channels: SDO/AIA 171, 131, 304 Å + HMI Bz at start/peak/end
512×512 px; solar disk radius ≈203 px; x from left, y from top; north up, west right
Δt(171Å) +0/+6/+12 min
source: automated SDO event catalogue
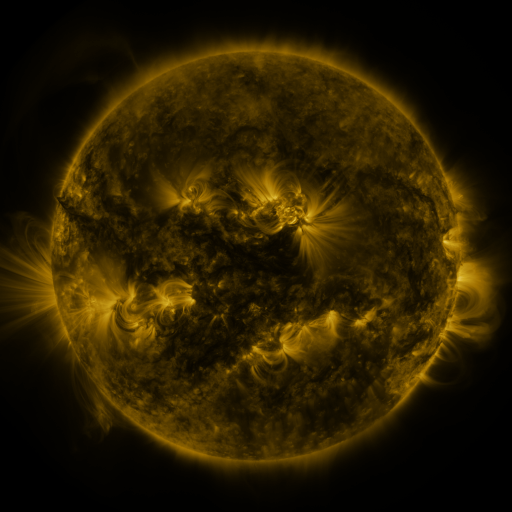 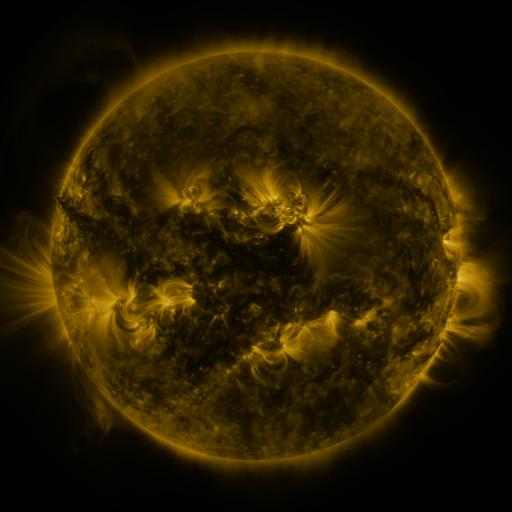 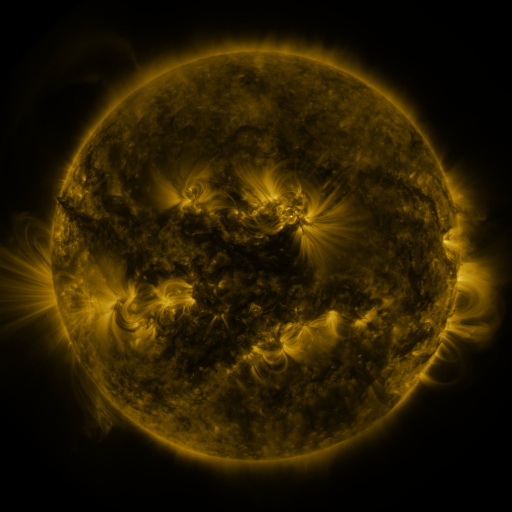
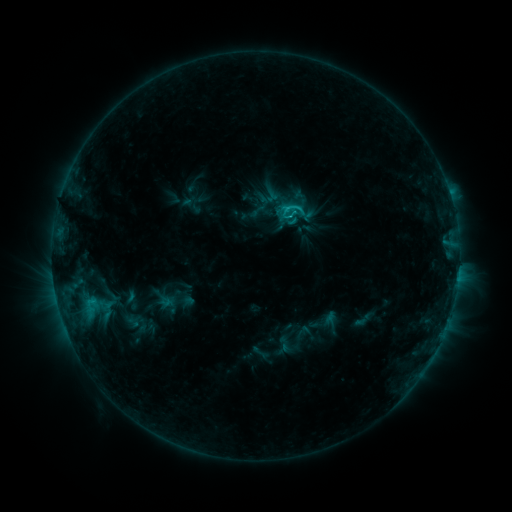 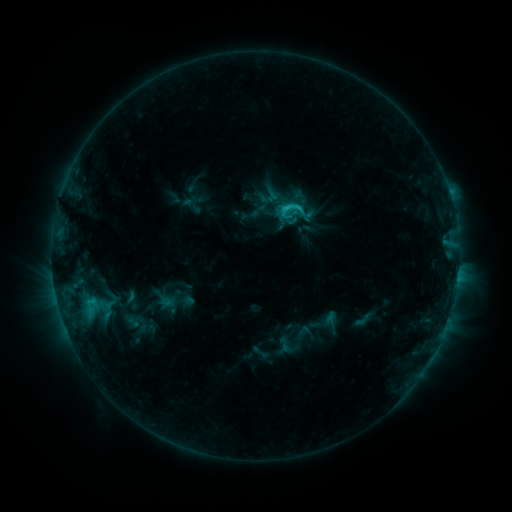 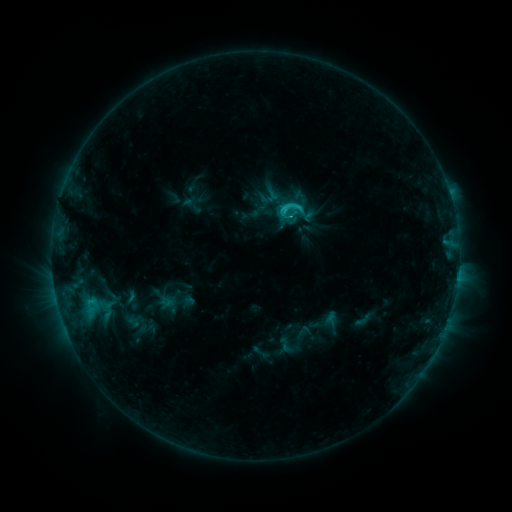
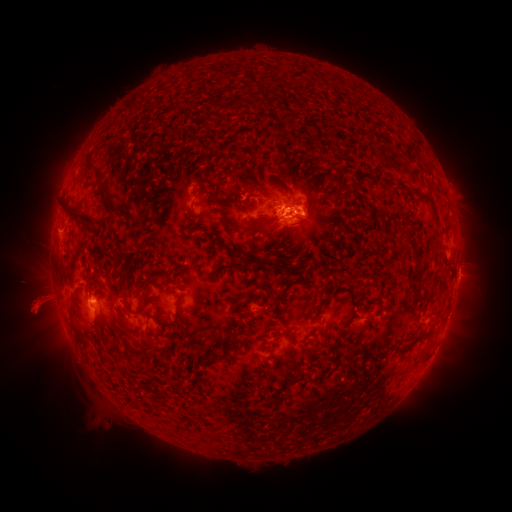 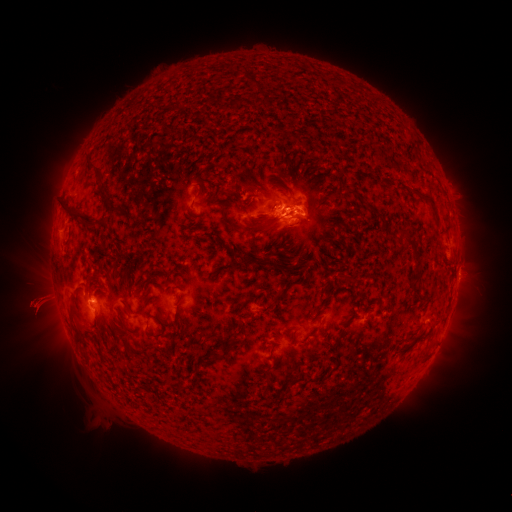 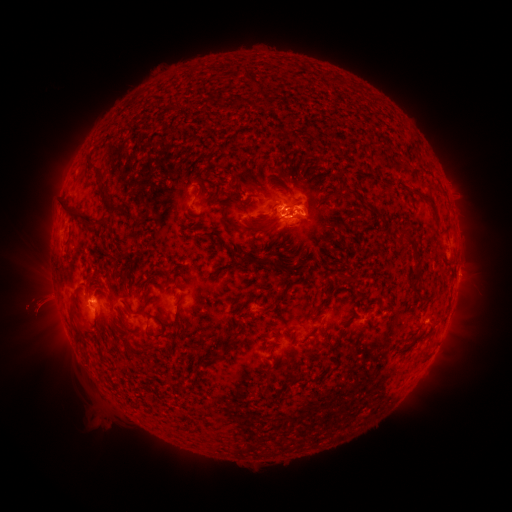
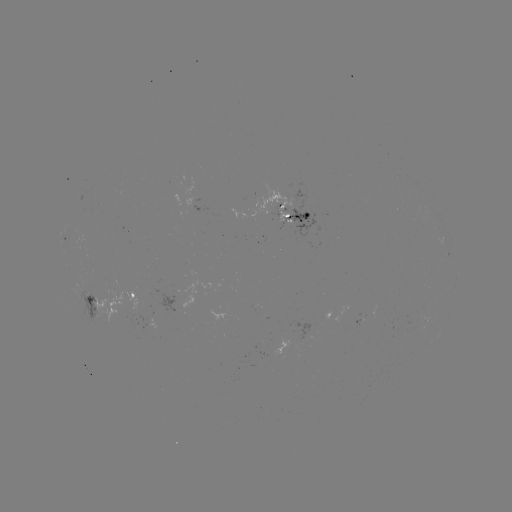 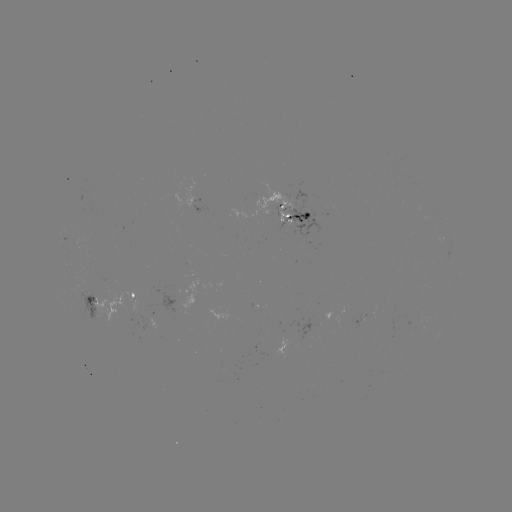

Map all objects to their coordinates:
eruption: (29, 303)
